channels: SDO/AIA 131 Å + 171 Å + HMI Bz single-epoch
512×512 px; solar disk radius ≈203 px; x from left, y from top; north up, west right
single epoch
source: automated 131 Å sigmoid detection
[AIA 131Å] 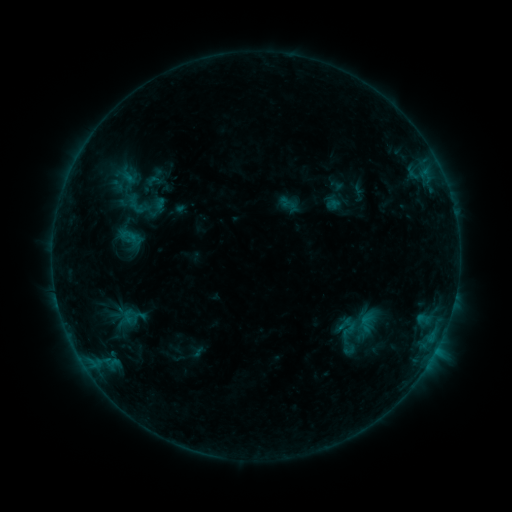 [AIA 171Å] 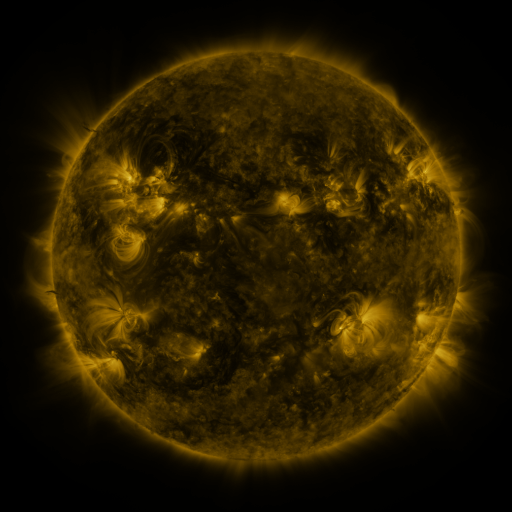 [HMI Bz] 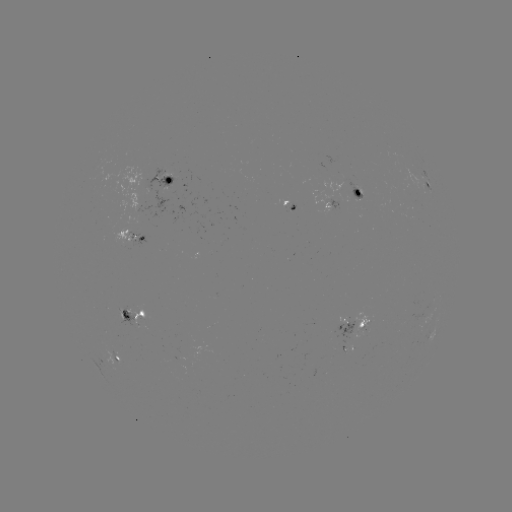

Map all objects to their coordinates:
sigmoid: (146, 172, 162, 190)
sigmoid: (118, 224, 138, 247)
